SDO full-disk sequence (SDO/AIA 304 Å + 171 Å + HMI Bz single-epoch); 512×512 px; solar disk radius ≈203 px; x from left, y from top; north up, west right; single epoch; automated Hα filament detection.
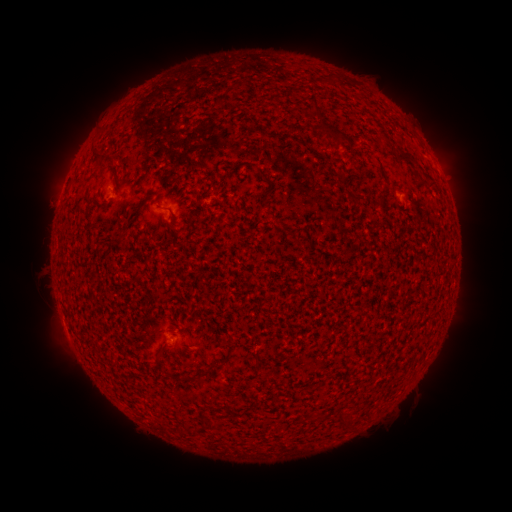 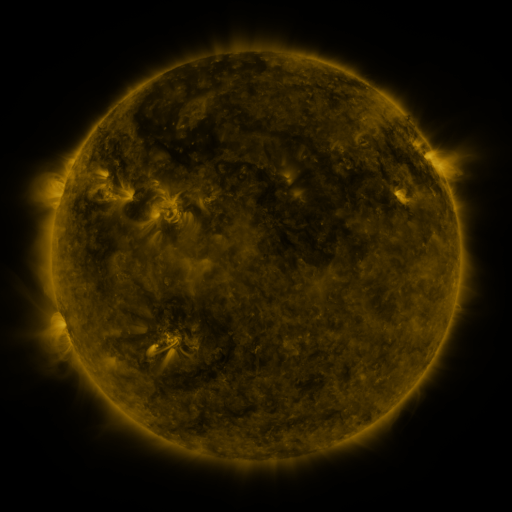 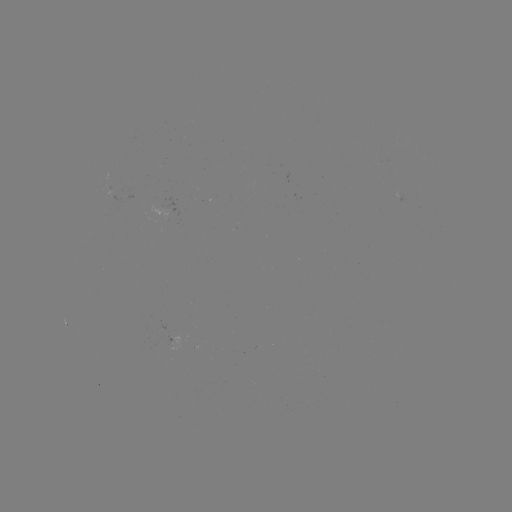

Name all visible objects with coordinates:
filament: [333, 133, 353, 147]
filament: [397, 152, 417, 169]
filament: [104, 153, 117, 164]
filament: [260, 169, 276, 205]
filament: [347, 194, 367, 206]
filament: [153, 350, 161, 362]
filament: [206, 361, 219, 371]
filament: [178, 369, 202, 381]
filament: [334, 412, 342, 423]
